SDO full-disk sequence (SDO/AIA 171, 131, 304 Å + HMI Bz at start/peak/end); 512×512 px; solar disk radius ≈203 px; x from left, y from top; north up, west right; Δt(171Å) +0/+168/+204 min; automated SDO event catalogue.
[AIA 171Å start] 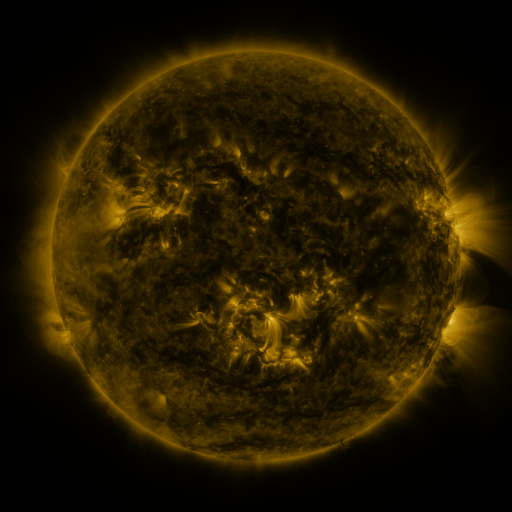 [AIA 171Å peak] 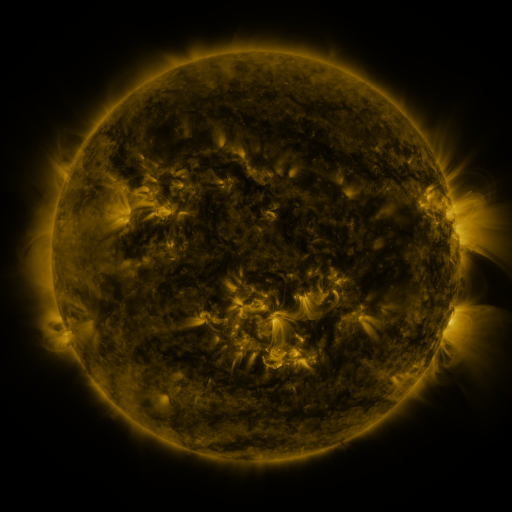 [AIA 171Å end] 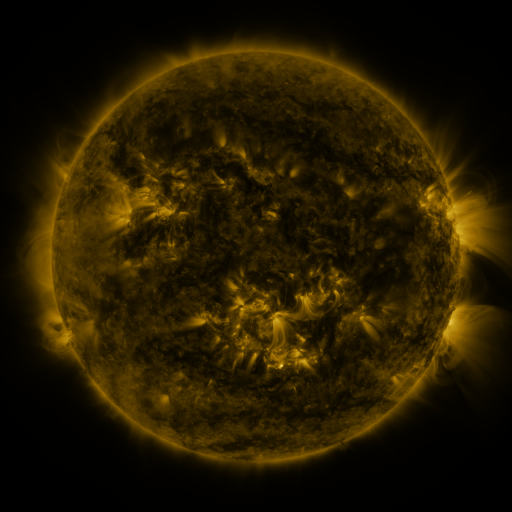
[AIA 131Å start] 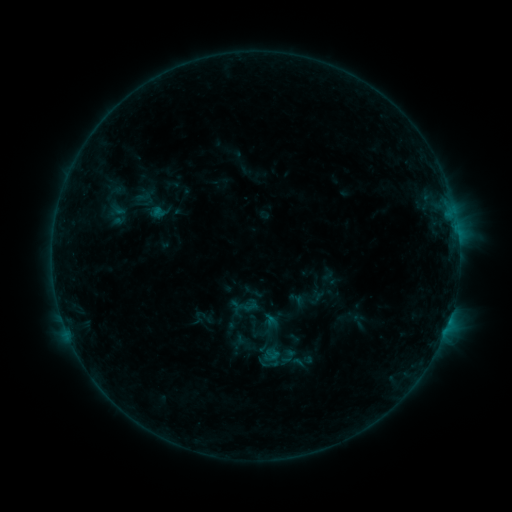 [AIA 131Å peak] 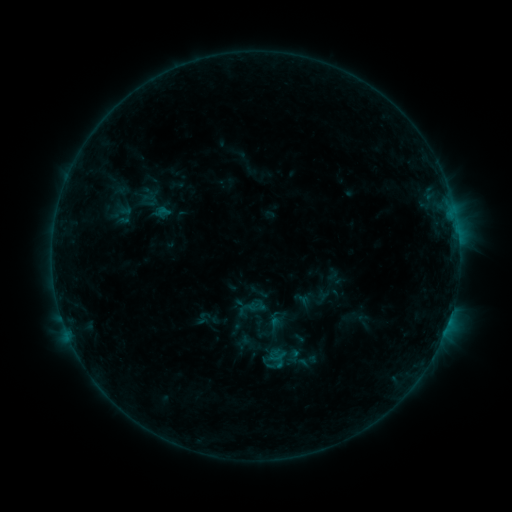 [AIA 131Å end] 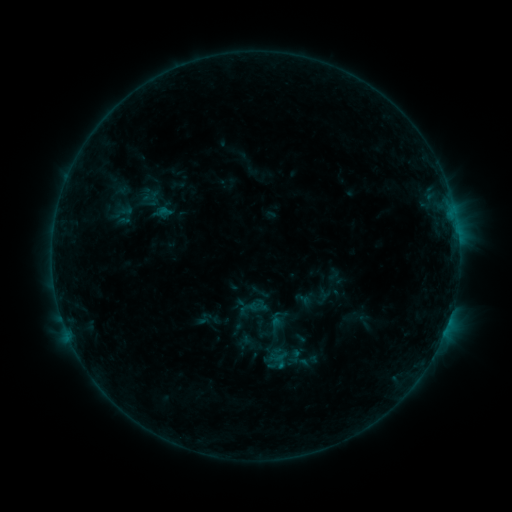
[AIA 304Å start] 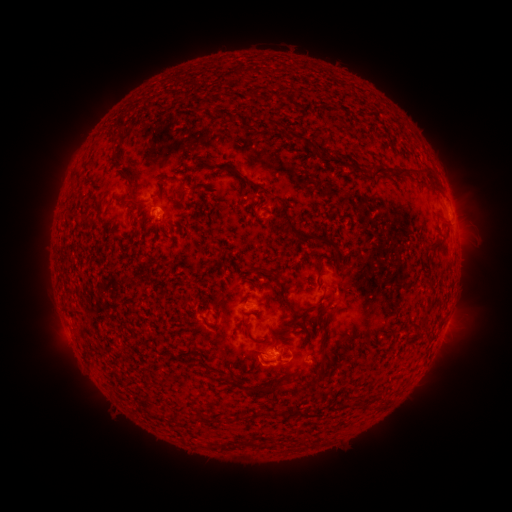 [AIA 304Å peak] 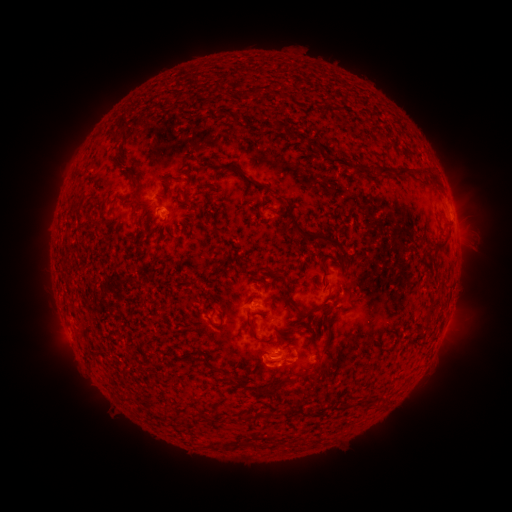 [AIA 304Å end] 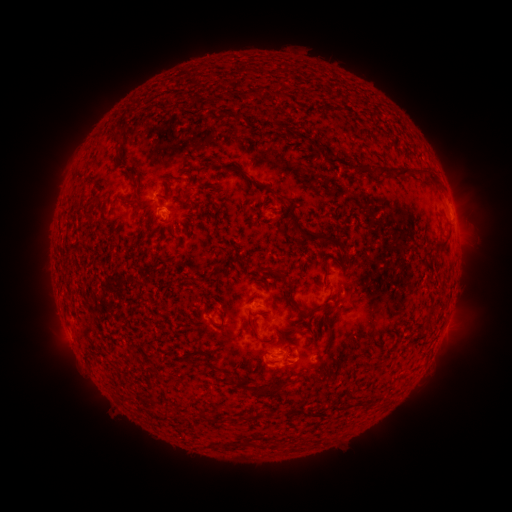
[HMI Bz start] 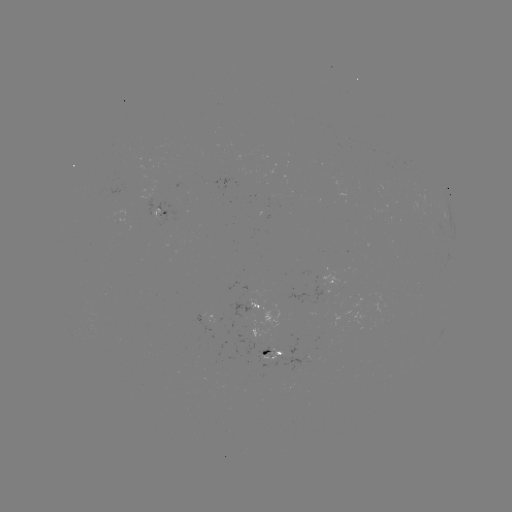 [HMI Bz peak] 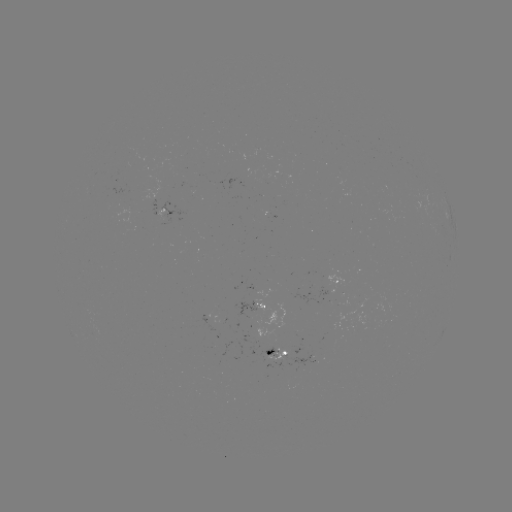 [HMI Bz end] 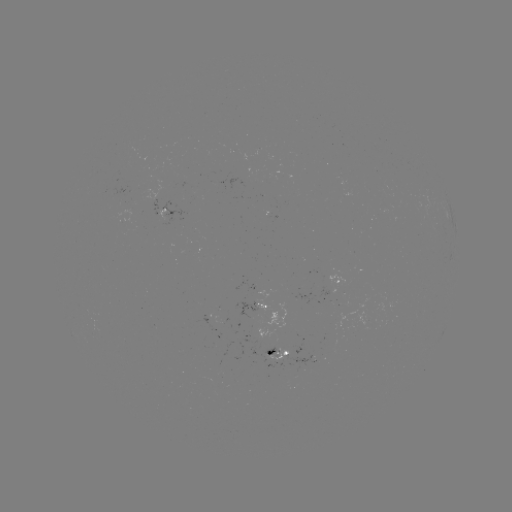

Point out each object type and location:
emerging-flux region: (249, 313)
